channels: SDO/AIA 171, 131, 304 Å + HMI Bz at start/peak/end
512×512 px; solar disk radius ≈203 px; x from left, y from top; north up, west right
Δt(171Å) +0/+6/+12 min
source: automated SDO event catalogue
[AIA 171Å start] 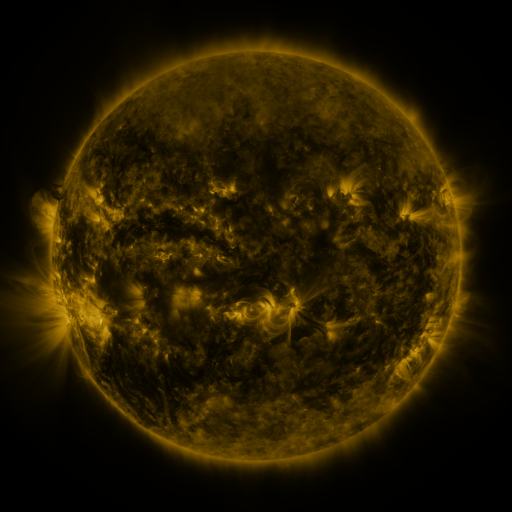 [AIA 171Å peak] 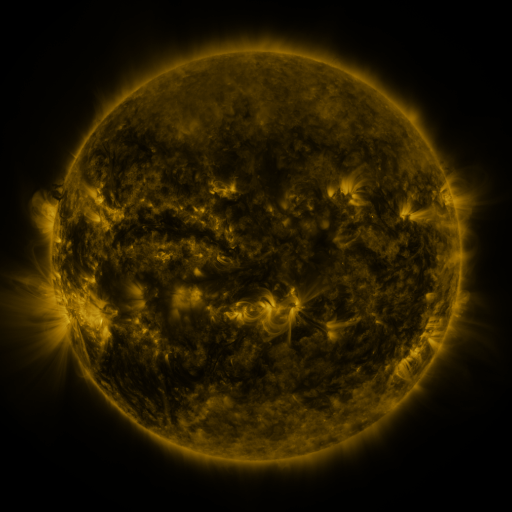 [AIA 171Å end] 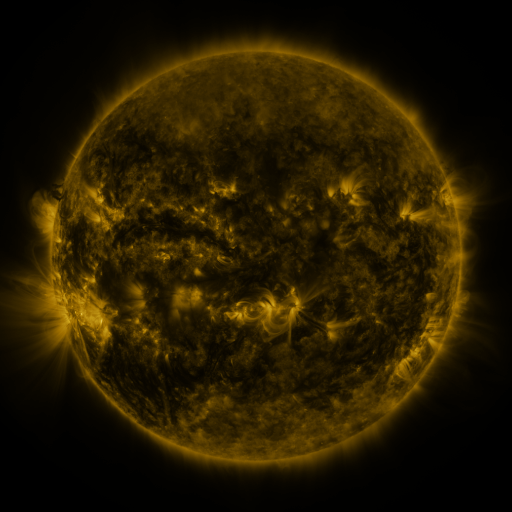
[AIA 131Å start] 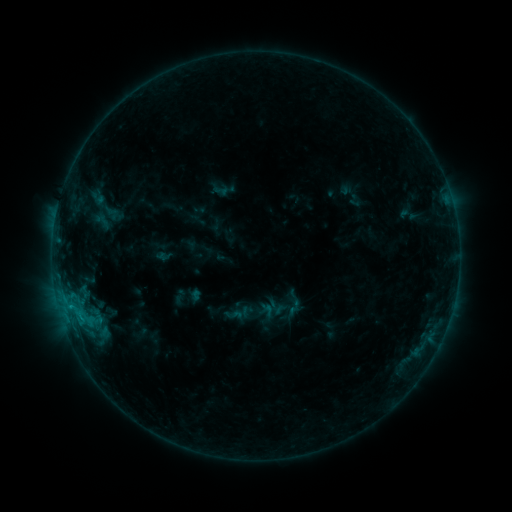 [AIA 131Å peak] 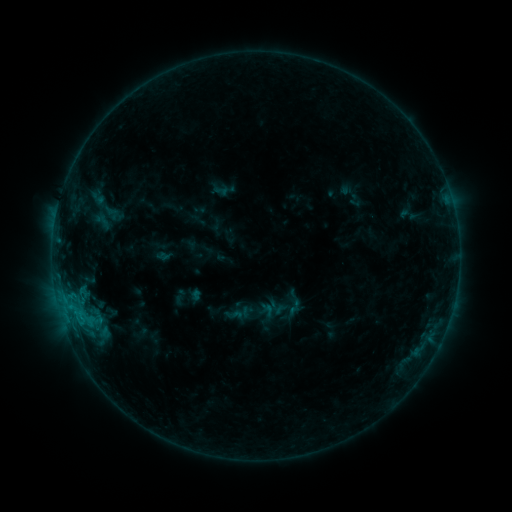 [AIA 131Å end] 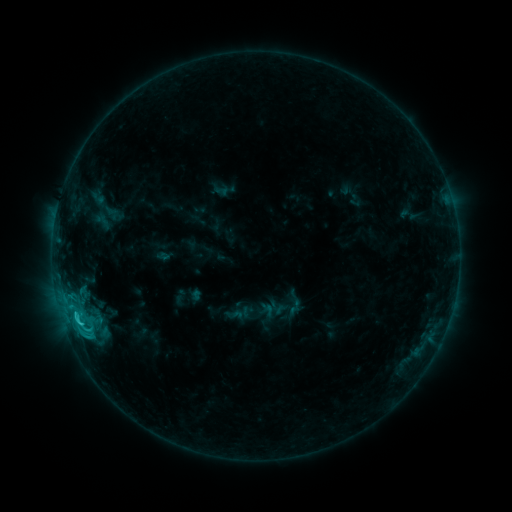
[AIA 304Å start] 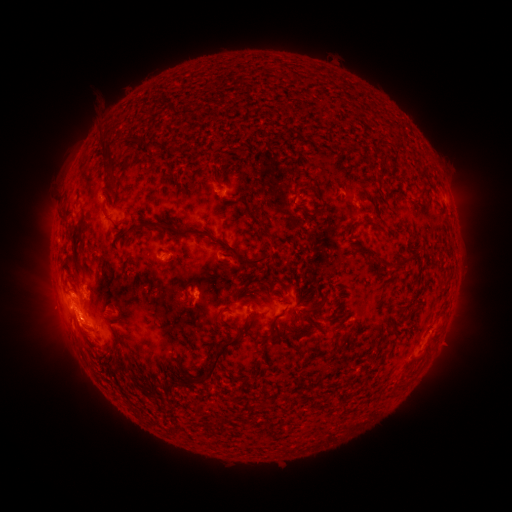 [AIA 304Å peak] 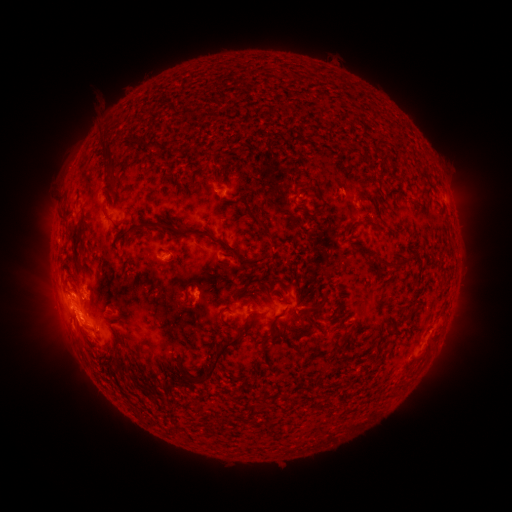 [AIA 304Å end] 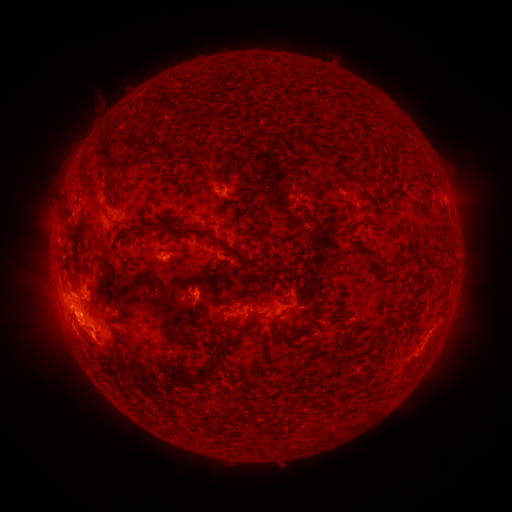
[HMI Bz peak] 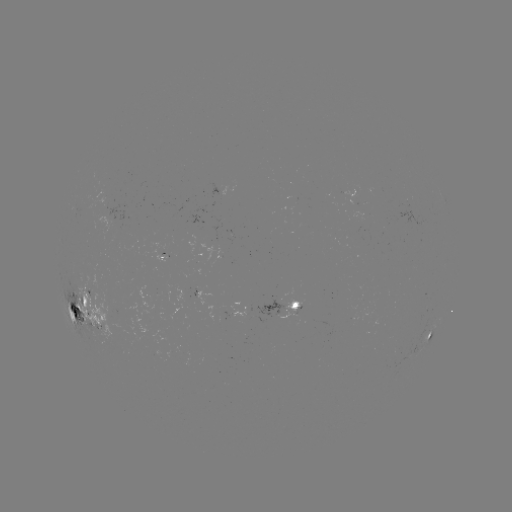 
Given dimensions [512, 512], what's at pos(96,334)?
eruption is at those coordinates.